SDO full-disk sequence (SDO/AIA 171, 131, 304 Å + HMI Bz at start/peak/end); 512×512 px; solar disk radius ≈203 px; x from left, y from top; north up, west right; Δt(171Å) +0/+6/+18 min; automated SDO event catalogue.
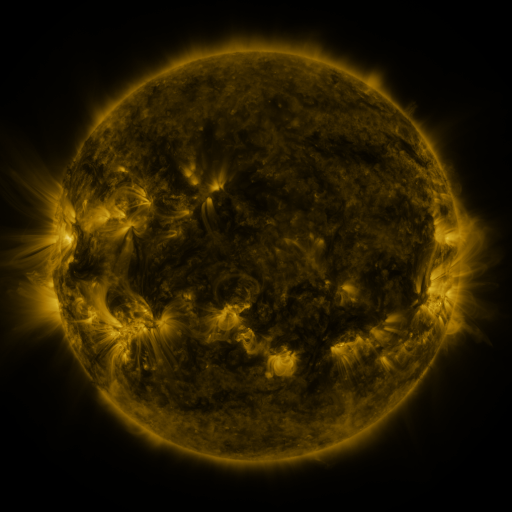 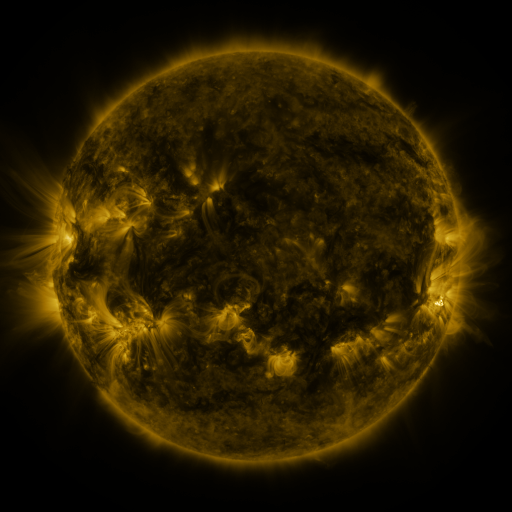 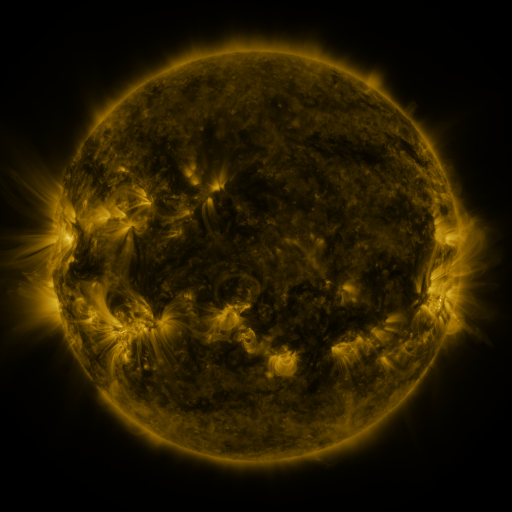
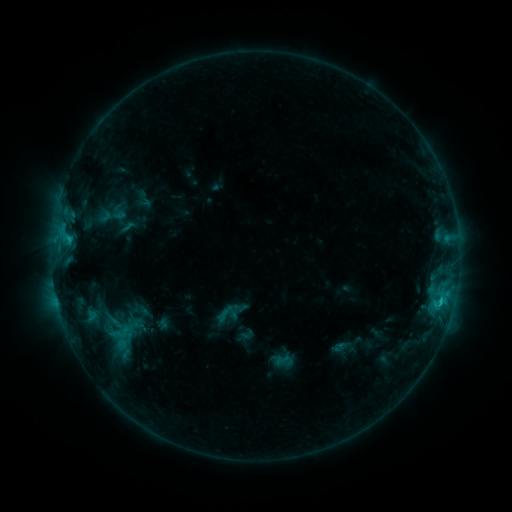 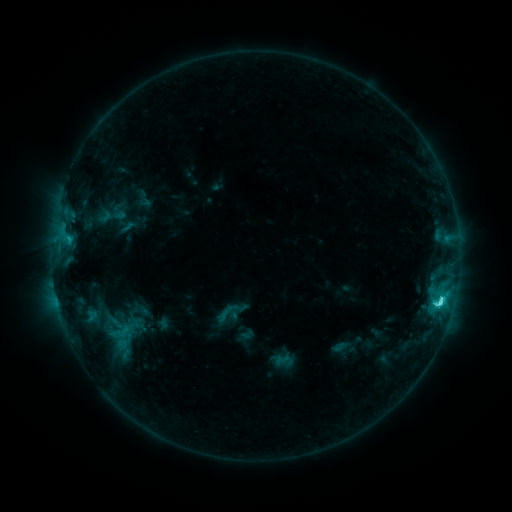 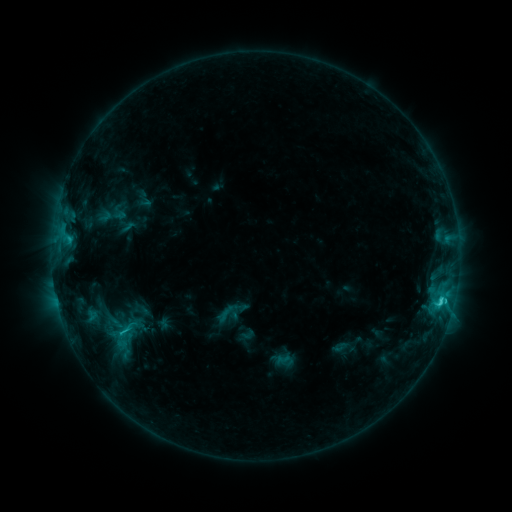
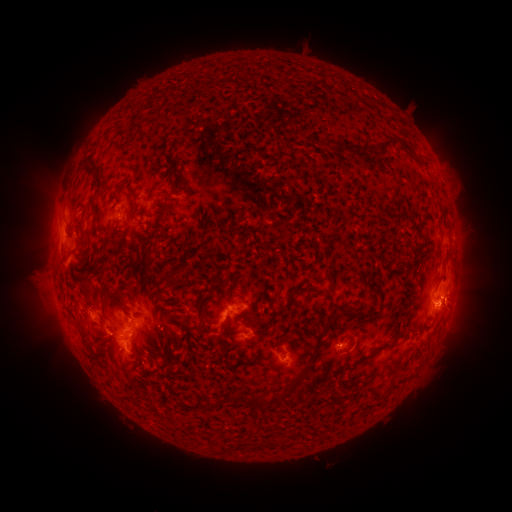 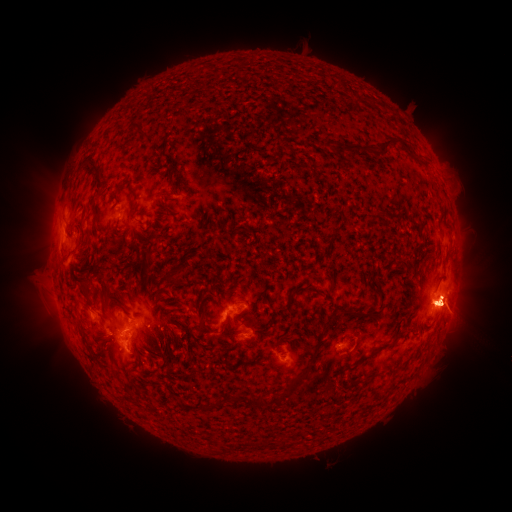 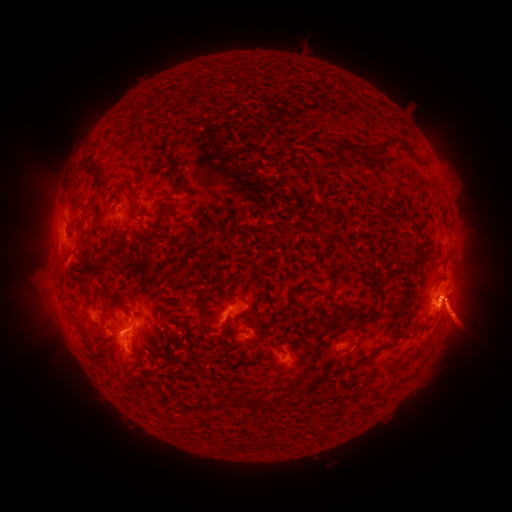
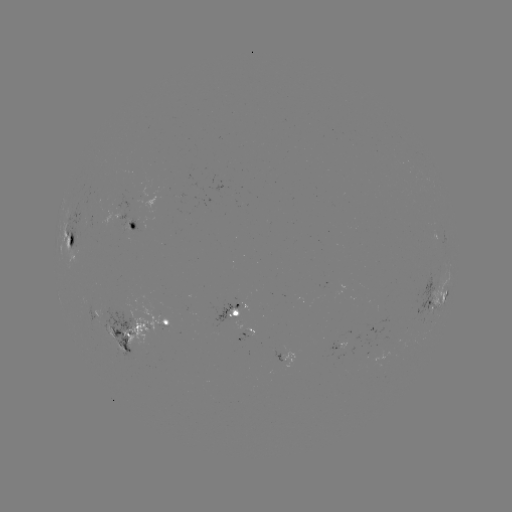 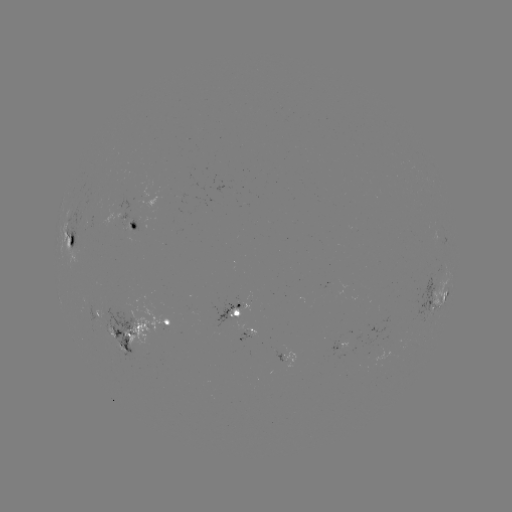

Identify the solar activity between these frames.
C4.0 flare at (440, 302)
